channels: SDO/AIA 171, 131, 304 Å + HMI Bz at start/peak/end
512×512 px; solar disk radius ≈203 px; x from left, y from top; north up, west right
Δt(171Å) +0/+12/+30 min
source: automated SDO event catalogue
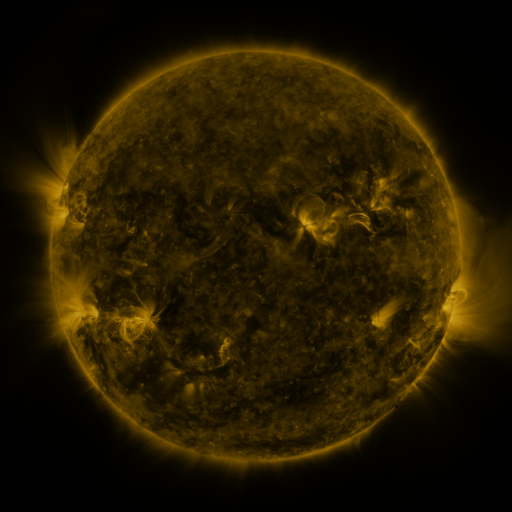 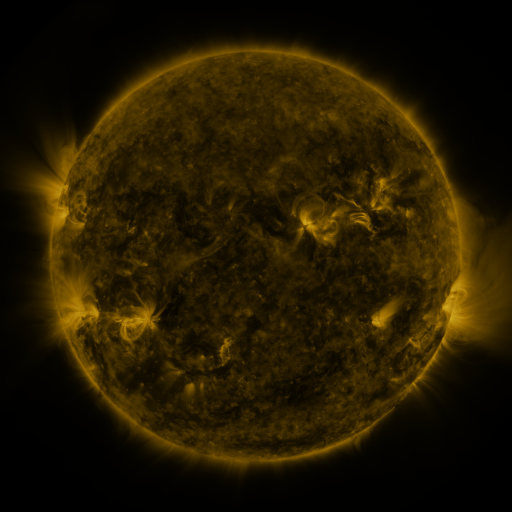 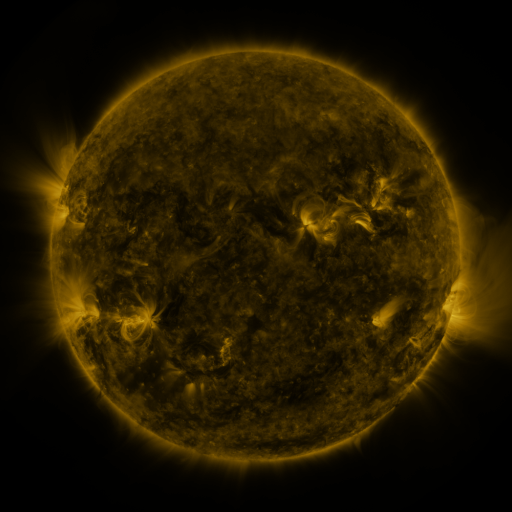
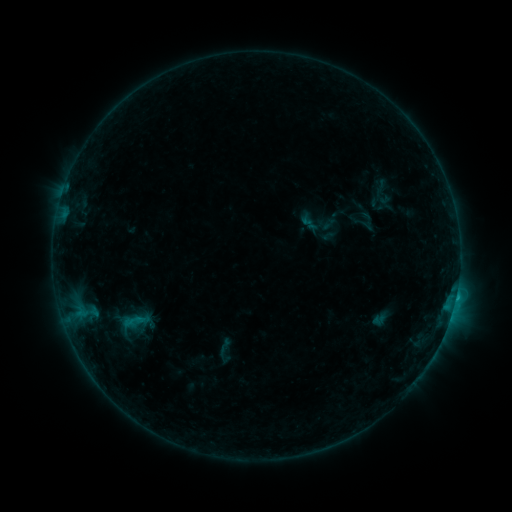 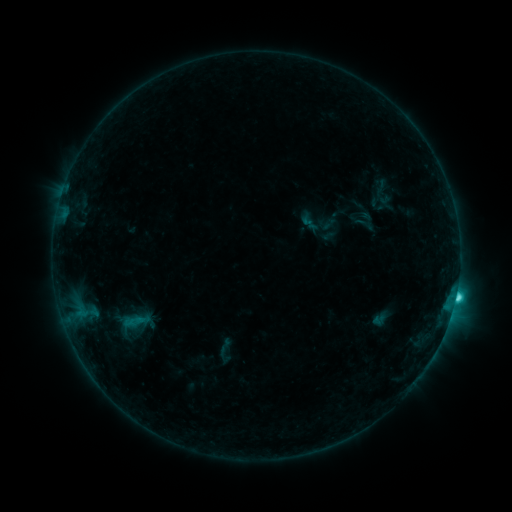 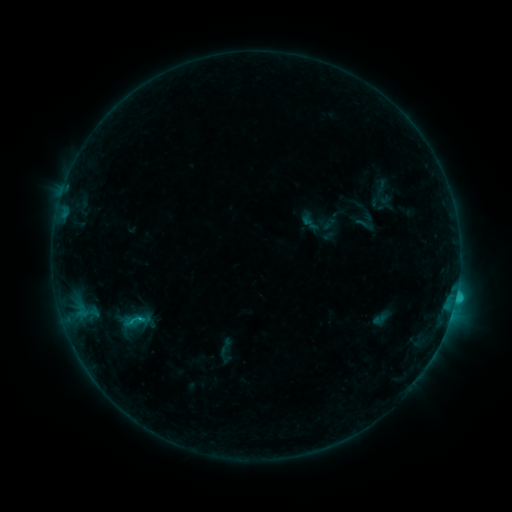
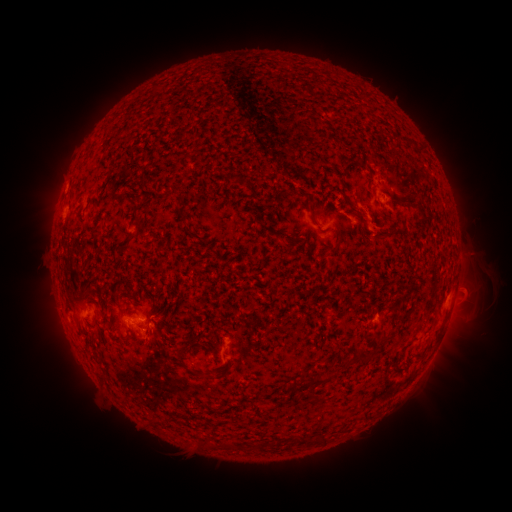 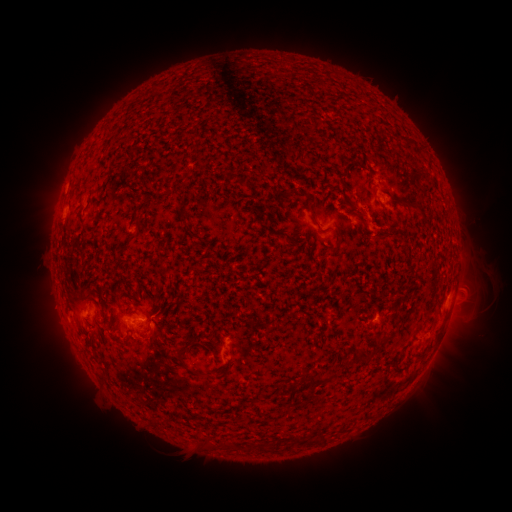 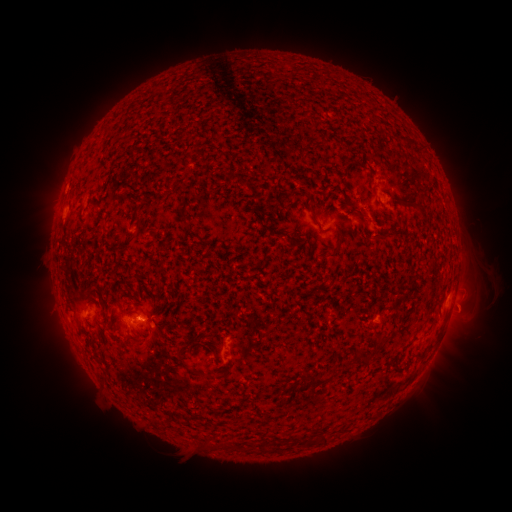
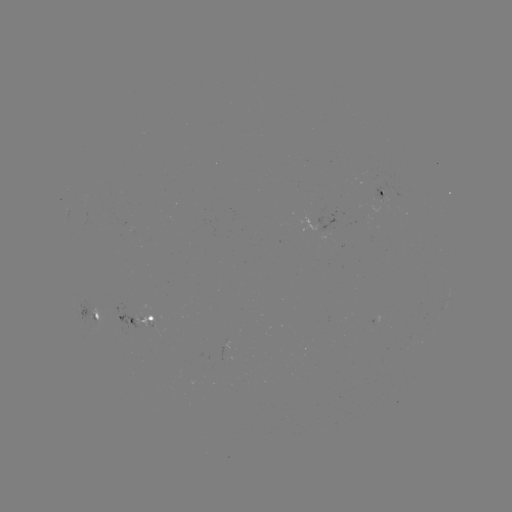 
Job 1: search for C2.6 flare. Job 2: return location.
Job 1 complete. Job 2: (455, 295).